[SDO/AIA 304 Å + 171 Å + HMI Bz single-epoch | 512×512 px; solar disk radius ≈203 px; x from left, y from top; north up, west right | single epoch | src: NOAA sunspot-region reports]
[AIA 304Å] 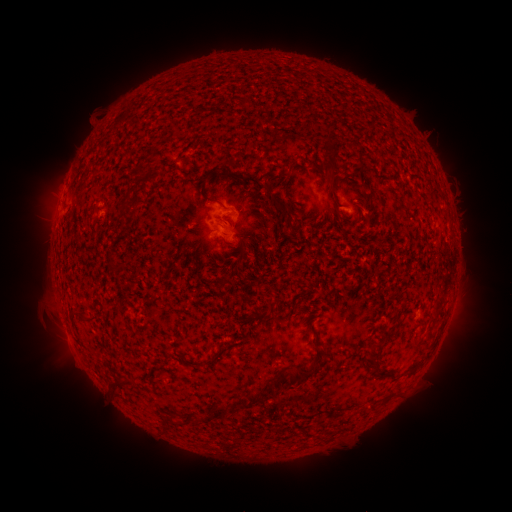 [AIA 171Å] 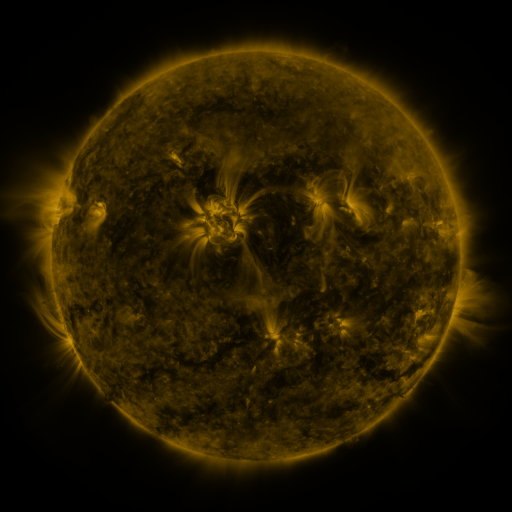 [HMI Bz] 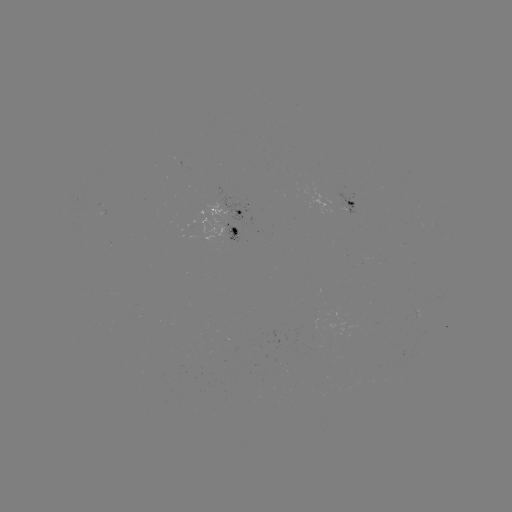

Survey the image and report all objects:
spotted active region: (354, 204)
spotted active region: (228, 208)
spotted active region: (227, 229)
